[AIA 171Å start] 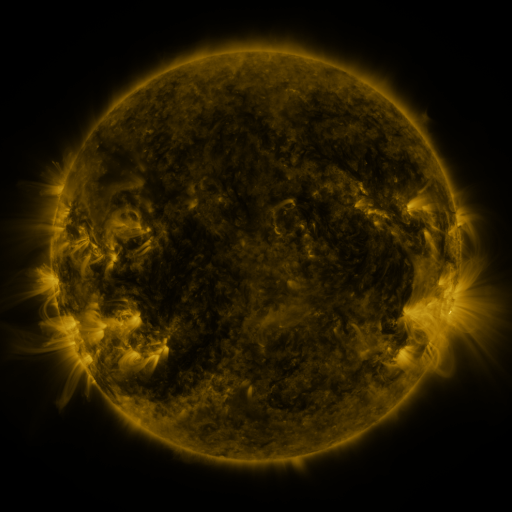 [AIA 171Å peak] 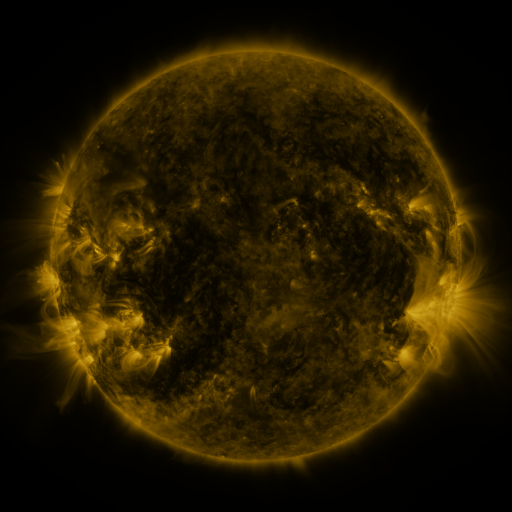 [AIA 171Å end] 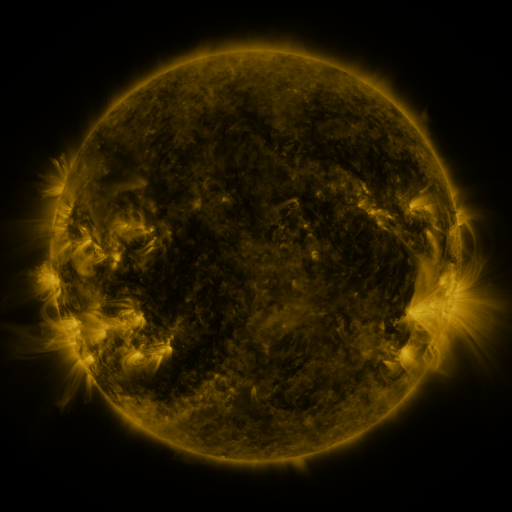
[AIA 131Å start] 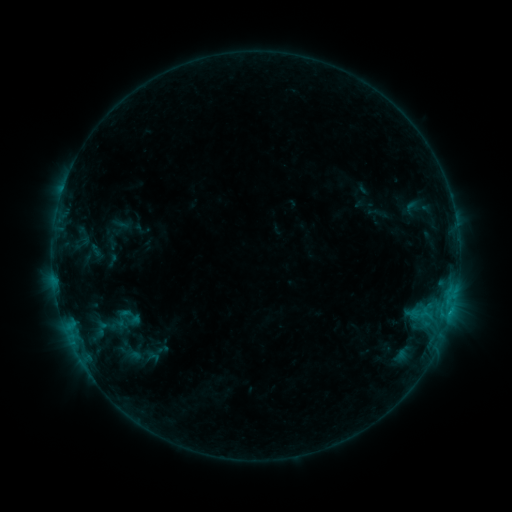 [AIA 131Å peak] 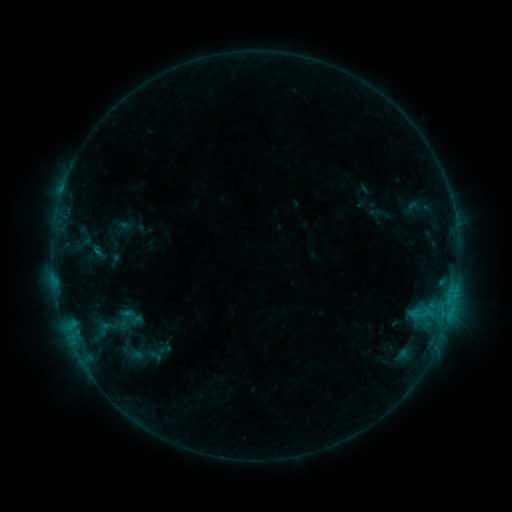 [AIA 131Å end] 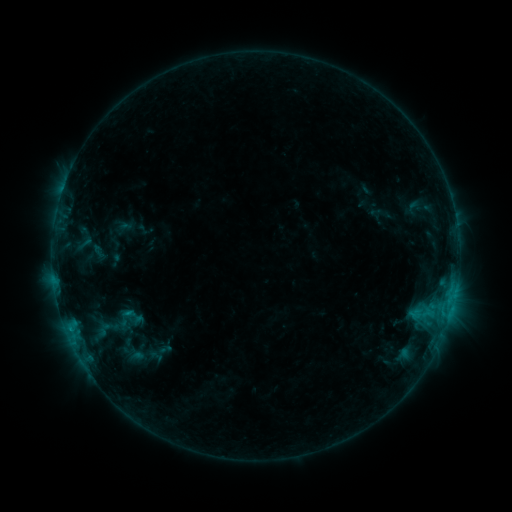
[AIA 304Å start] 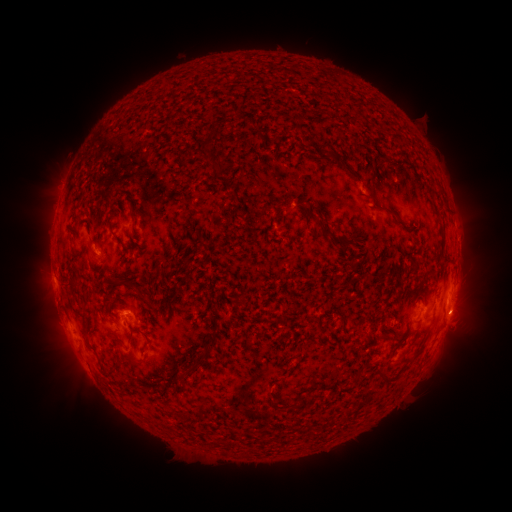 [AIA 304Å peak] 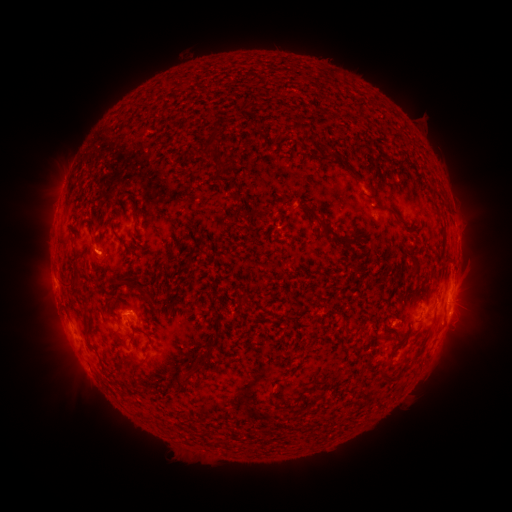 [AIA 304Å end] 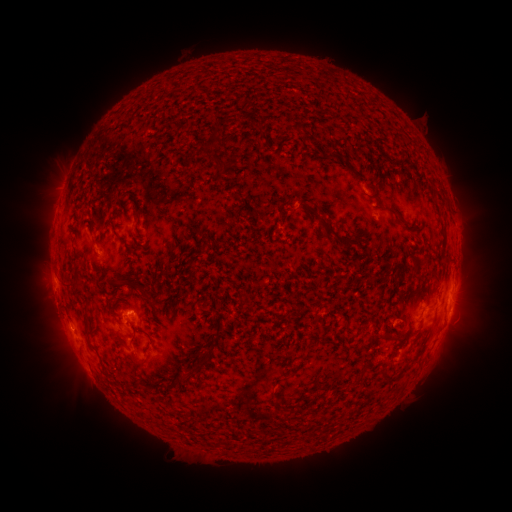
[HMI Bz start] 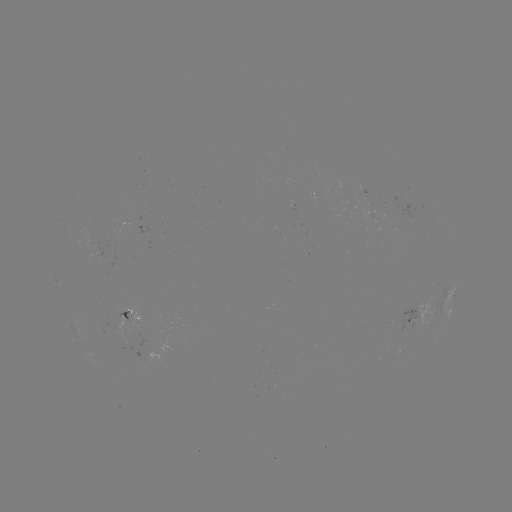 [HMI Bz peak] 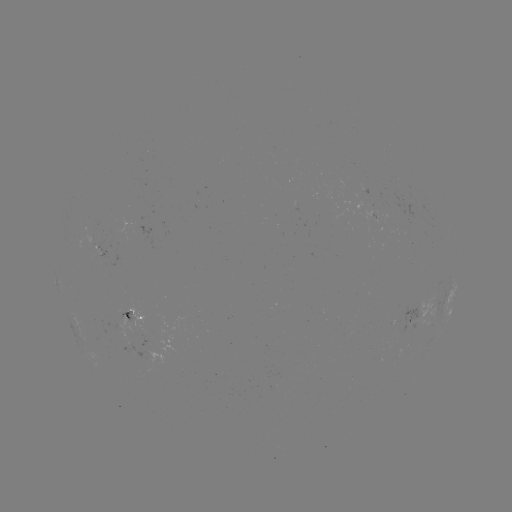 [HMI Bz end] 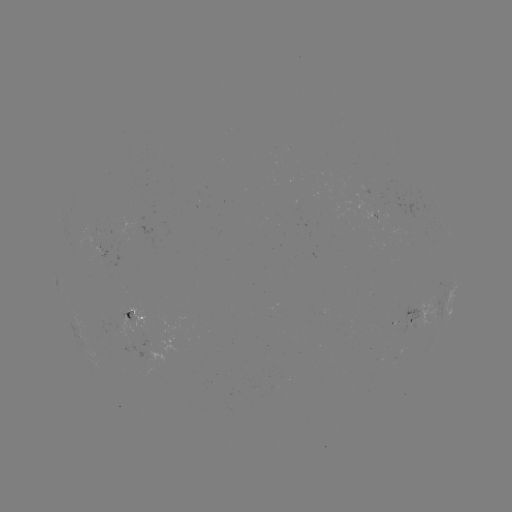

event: emerging-flux region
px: (123, 312)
